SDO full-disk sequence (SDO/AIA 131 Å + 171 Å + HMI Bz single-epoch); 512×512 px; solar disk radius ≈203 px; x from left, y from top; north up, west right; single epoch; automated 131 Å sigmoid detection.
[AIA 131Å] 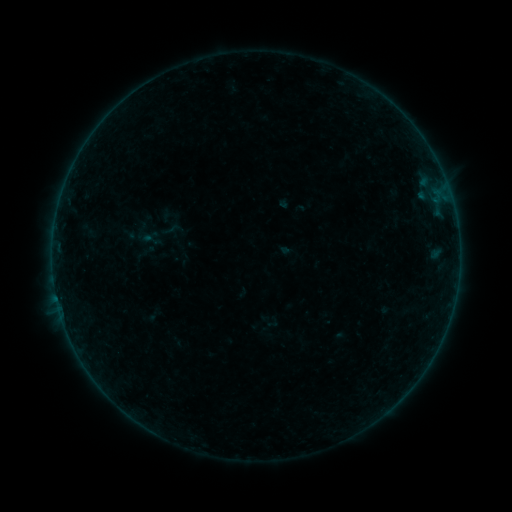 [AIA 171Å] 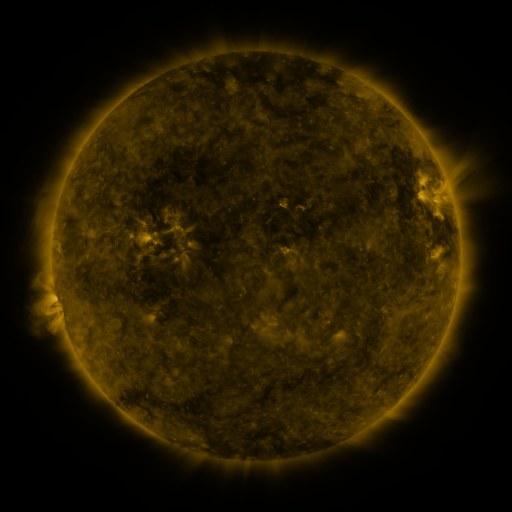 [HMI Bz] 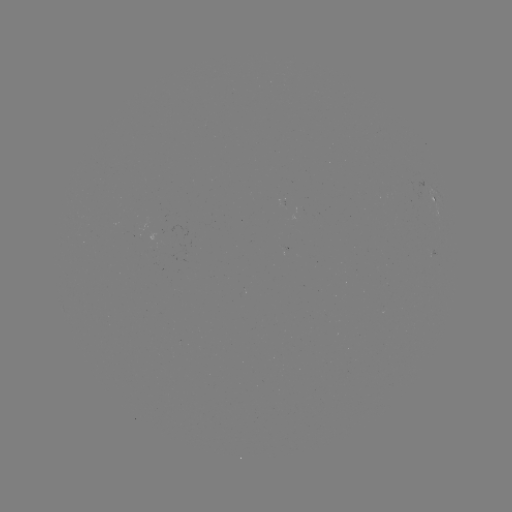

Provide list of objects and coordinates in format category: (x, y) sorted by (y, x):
sigmoid: (171, 229)
